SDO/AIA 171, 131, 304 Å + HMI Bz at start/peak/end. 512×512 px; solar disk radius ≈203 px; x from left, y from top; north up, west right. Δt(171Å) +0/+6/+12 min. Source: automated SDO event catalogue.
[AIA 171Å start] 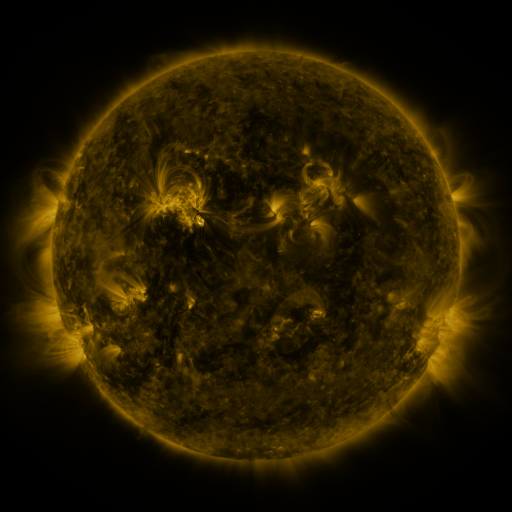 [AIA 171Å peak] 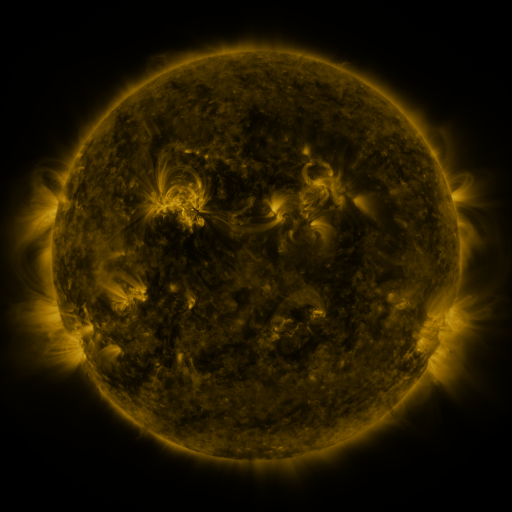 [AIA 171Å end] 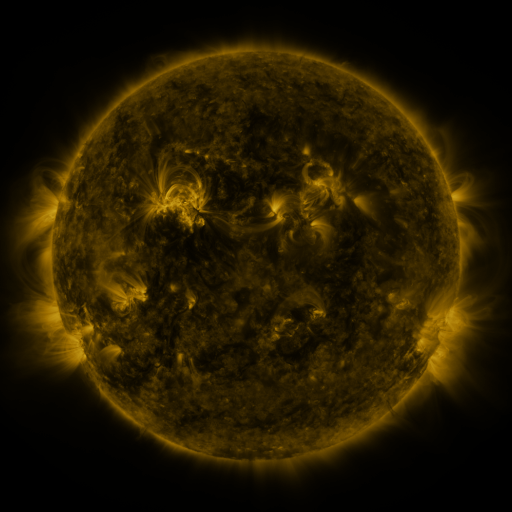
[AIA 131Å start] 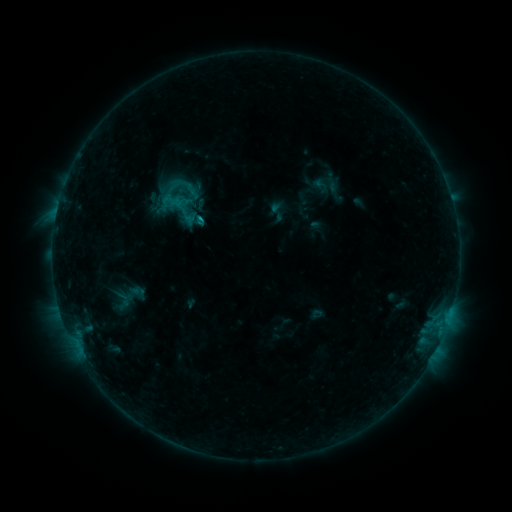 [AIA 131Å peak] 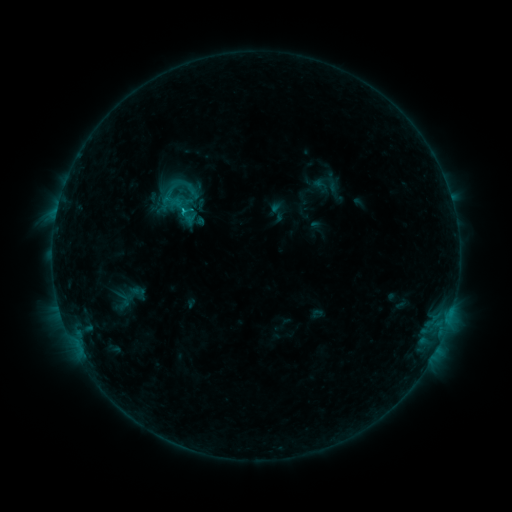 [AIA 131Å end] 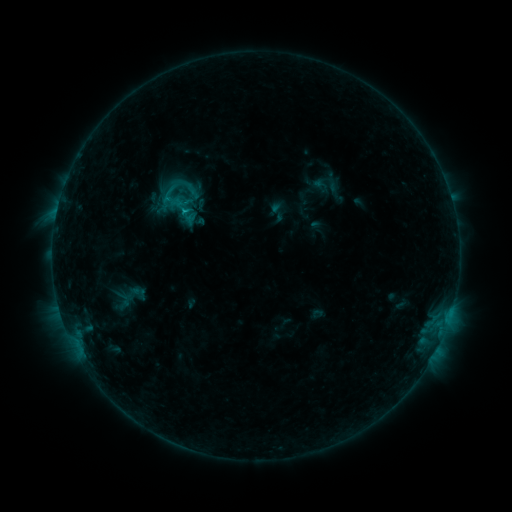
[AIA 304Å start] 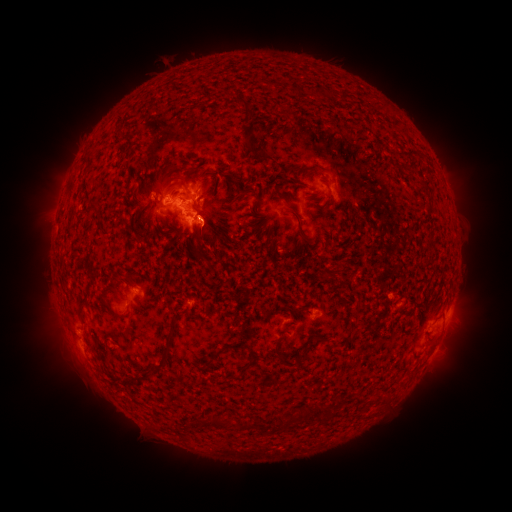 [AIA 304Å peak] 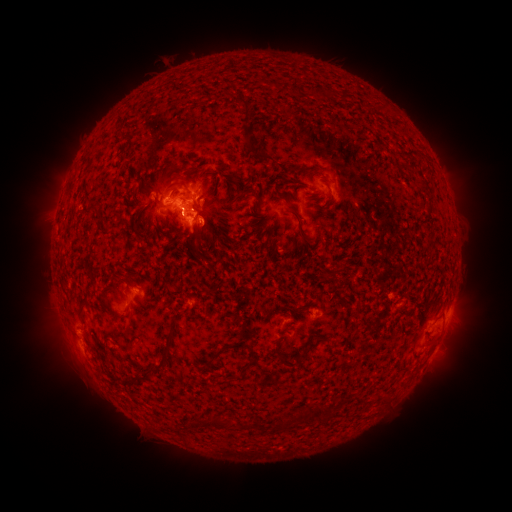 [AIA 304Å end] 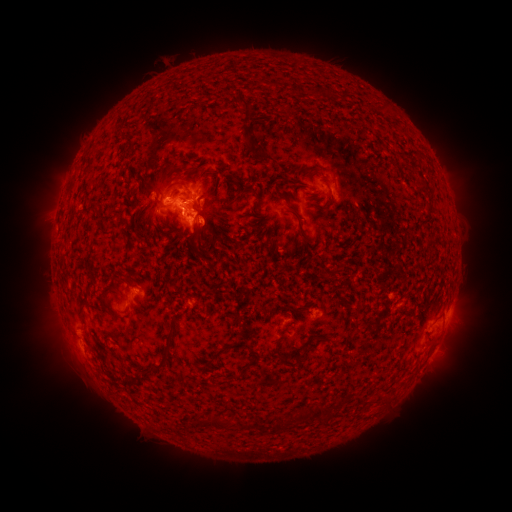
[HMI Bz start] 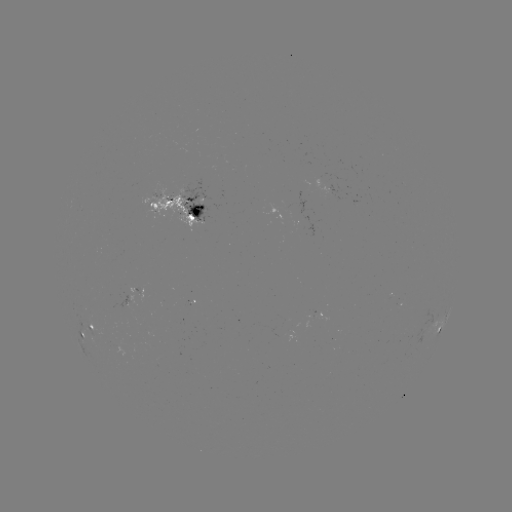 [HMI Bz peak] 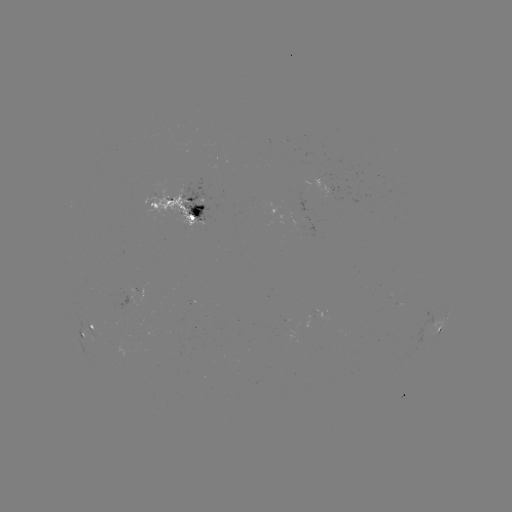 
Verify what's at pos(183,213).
C1.2 flare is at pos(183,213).